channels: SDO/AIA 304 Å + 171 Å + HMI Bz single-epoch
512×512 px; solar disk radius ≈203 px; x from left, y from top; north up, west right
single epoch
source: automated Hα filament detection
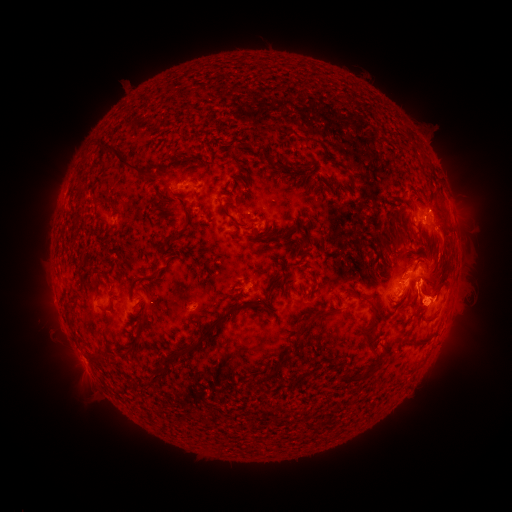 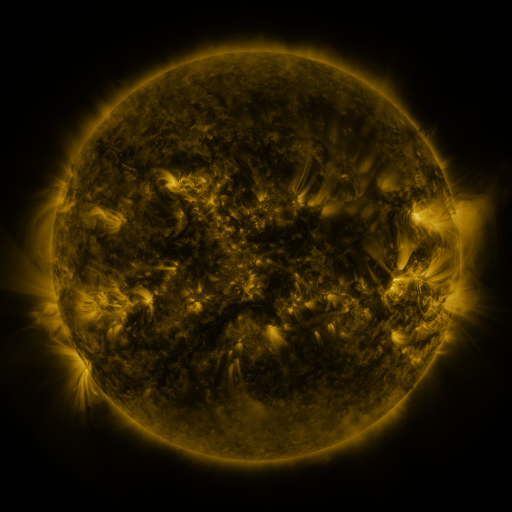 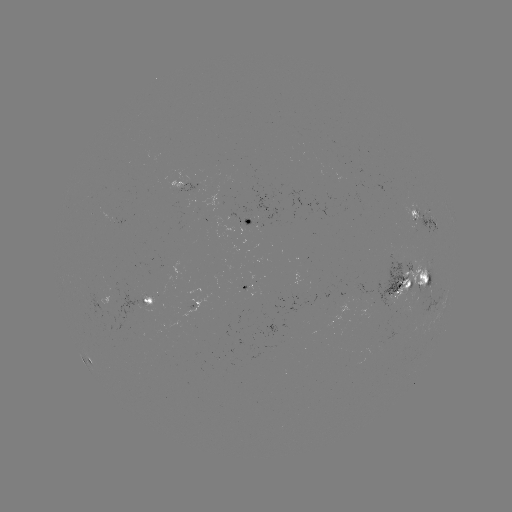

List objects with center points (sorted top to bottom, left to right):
filament: (118, 121, 162, 164)
filament: (277, 128, 295, 137)
filament: (184, 143, 195, 153)
filament: (200, 143, 209, 154)
filament: (274, 153, 318, 180)
filament: (83, 158, 98, 170)
filament: (244, 173, 254, 182)
filament: (104, 175, 127, 188)
filament: (190, 182, 200, 190)
filament: (83, 189, 93, 198)
filament: (226, 197, 252, 227)
filament: (164, 218, 189, 239)
filament: (301, 222, 309, 237)
filament: (78, 226, 88, 244)
filament: (179, 236, 190, 244)
filament: (258, 236, 269, 245)
filament: (59, 242, 99, 288)
filament: (299, 246, 310, 258)
filament: (378, 248, 396, 266)
filament: (396, 251, 407, 268)
filament: (259, 279, 269, 303)
filament: (91, 280, 107, 289)
filament: (305, 280, 315, 296)
filament: (124, 298, 236, 370)
filament: (125, 303, 139, 319)
filament: (348, 315, 368, 364)
filament: (92, 317, 103, 331)
filament: (299, 318, 322, 329)
filament: (108, 324, 125, 341)
filament: (74, 327, 88, 342)
filament: (244, 360, 271, 381)
filament: (395, 362, 413, 369)
filament: (347, 376, 367, 392)
